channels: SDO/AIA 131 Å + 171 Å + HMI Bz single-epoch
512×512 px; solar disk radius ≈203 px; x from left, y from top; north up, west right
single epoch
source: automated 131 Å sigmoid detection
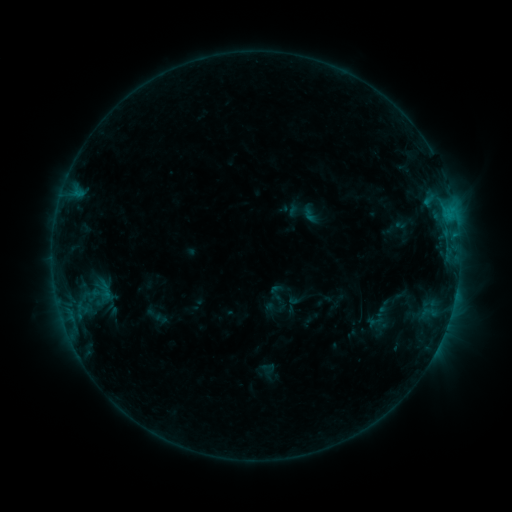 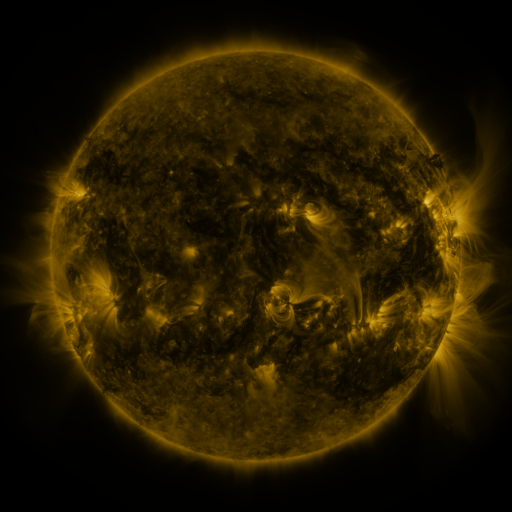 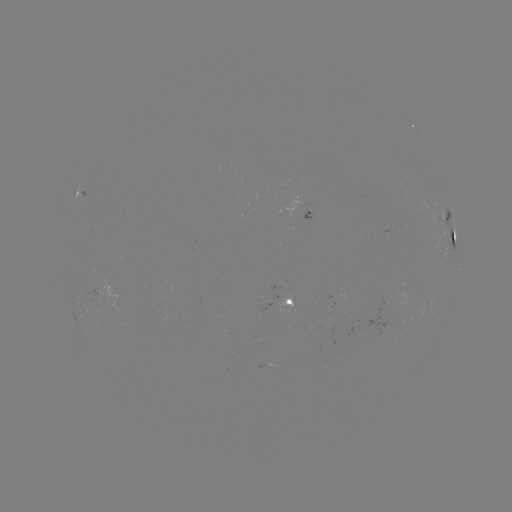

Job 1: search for sigmoid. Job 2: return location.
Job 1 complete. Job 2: (310, 215).